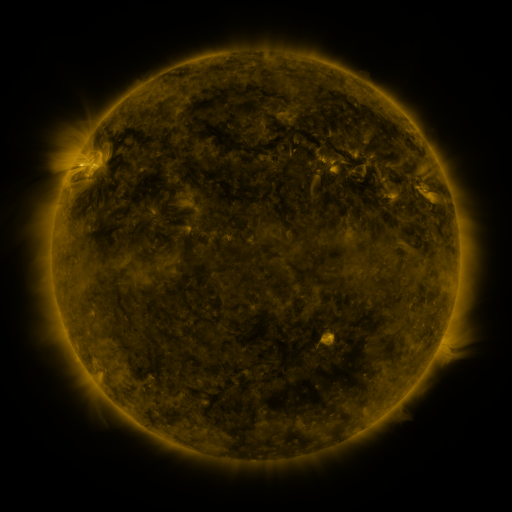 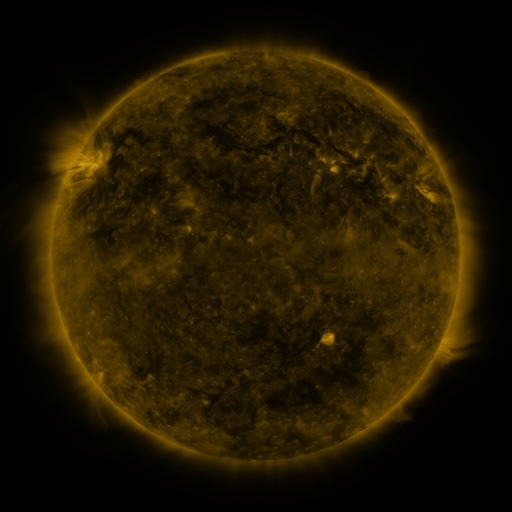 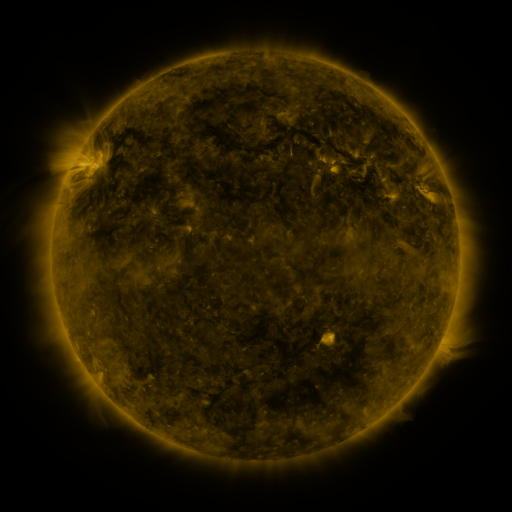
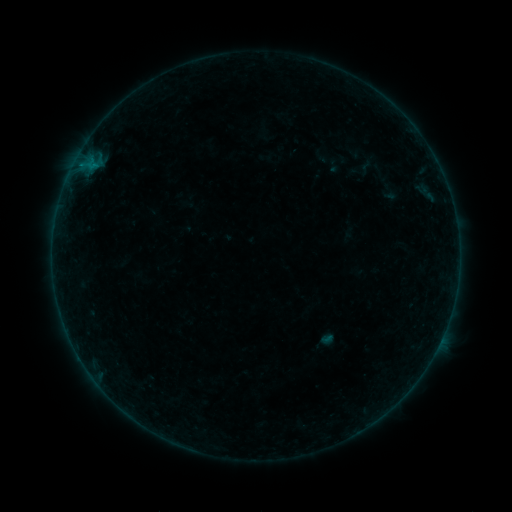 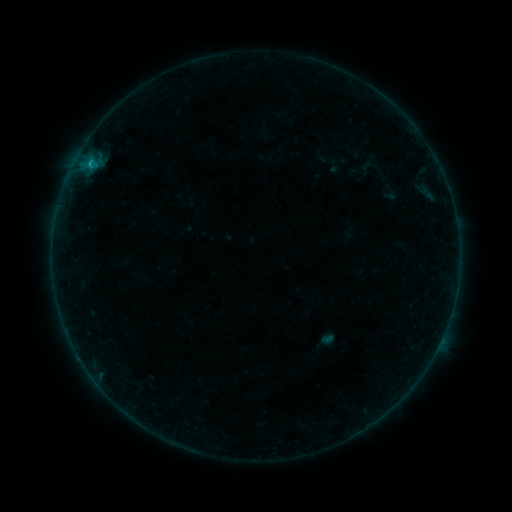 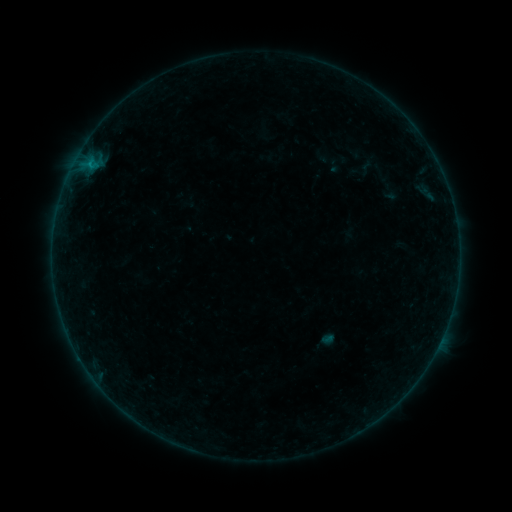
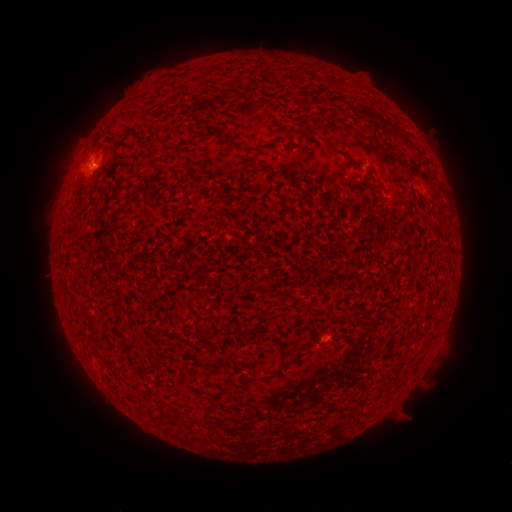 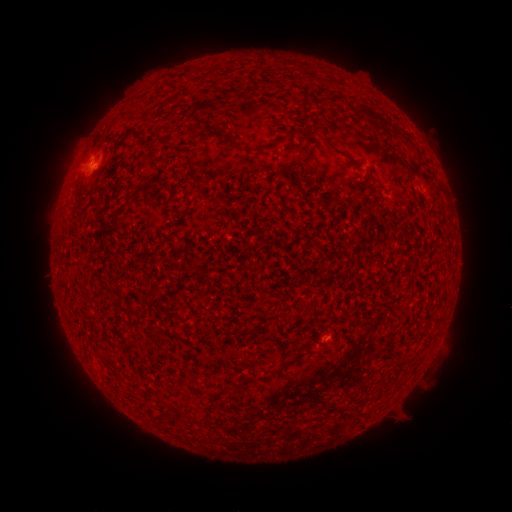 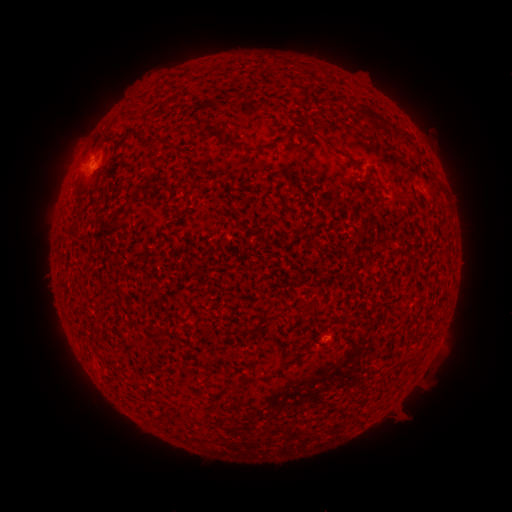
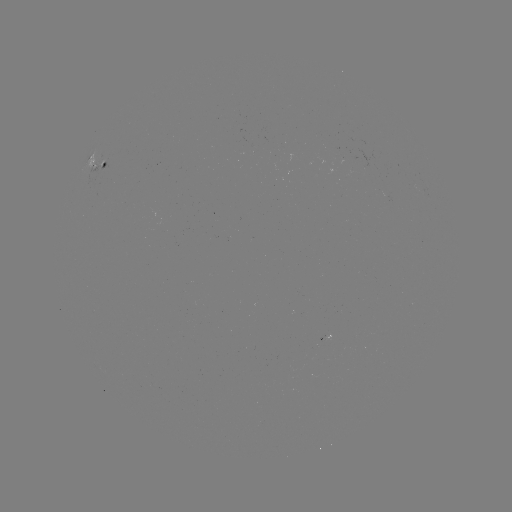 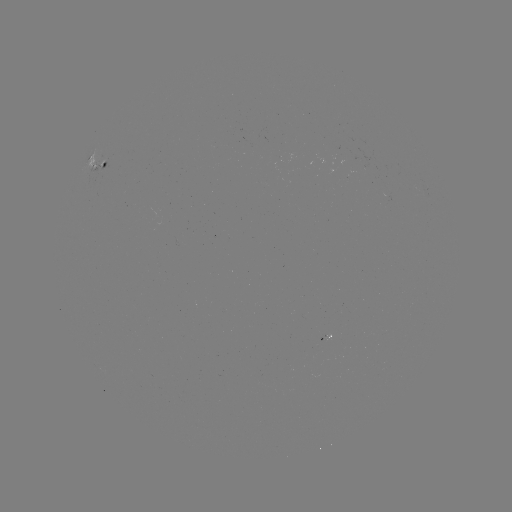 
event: flare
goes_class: B4.1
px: (91, 166)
